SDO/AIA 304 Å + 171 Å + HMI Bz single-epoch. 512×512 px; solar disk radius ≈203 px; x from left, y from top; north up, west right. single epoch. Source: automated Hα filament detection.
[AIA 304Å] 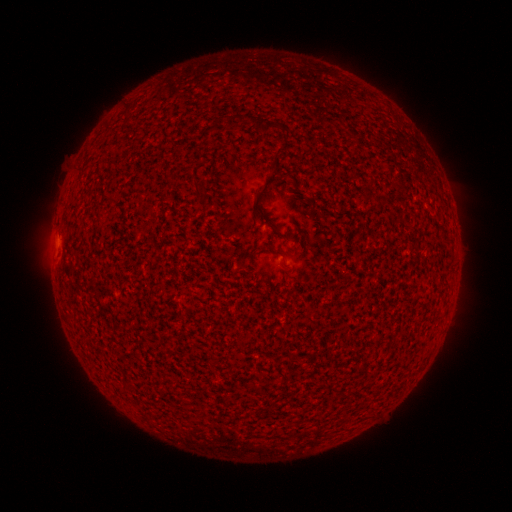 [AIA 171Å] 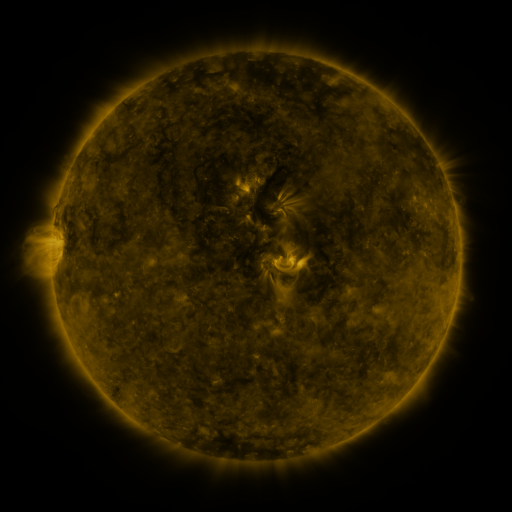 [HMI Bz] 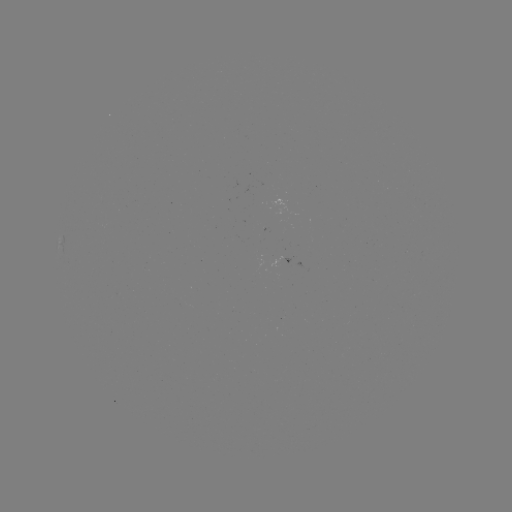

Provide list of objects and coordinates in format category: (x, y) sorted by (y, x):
filament: (269, 127)
filament: (278, 163)
filament: (278, 253)
